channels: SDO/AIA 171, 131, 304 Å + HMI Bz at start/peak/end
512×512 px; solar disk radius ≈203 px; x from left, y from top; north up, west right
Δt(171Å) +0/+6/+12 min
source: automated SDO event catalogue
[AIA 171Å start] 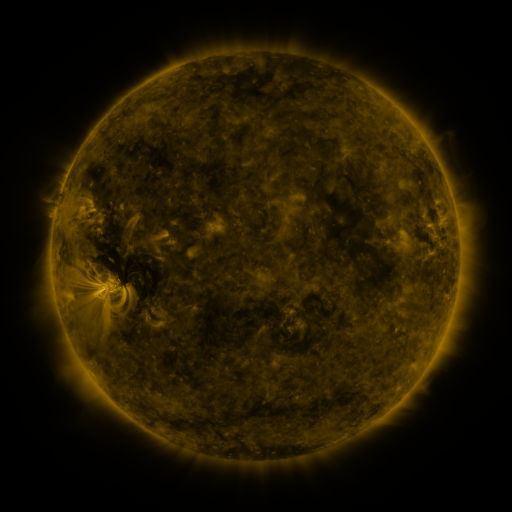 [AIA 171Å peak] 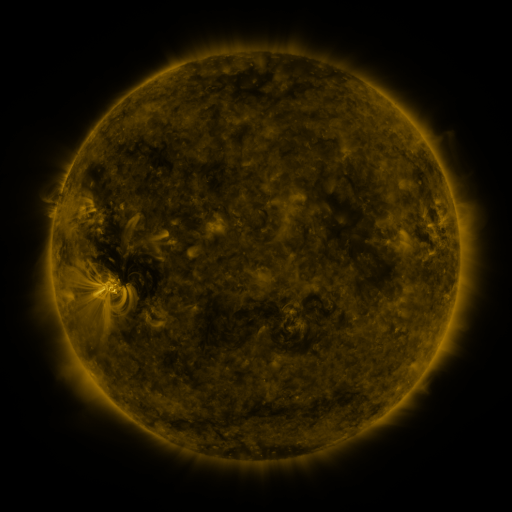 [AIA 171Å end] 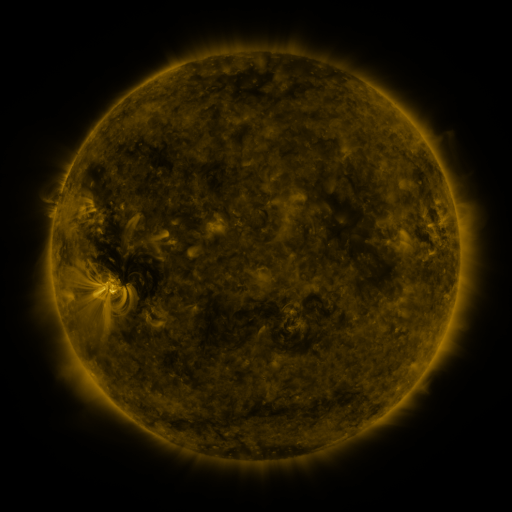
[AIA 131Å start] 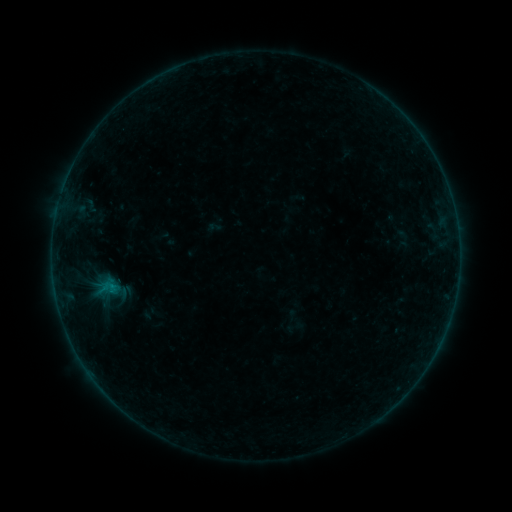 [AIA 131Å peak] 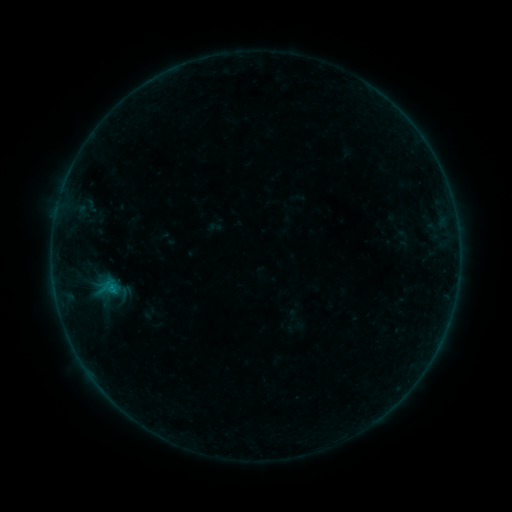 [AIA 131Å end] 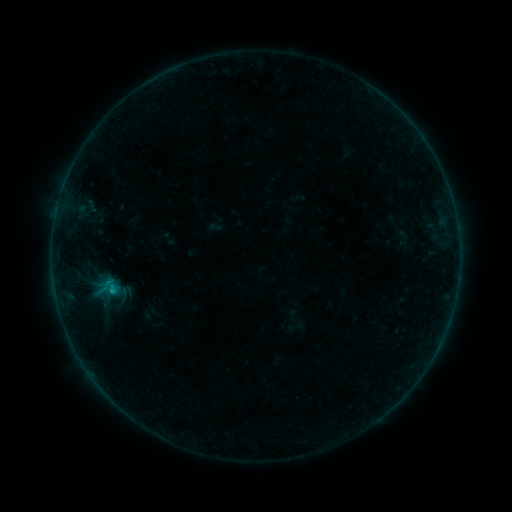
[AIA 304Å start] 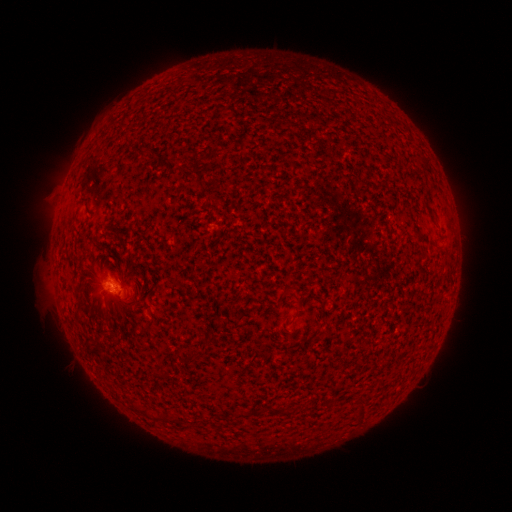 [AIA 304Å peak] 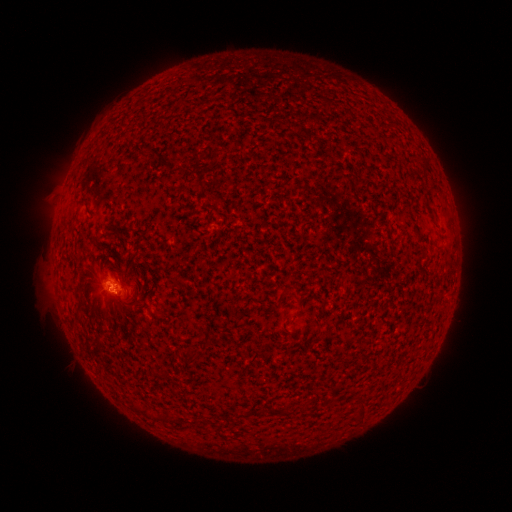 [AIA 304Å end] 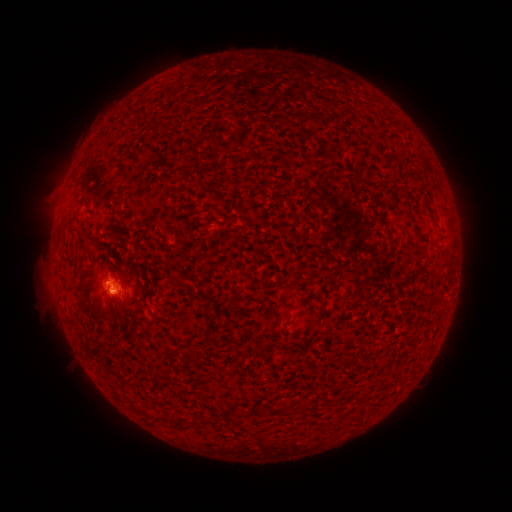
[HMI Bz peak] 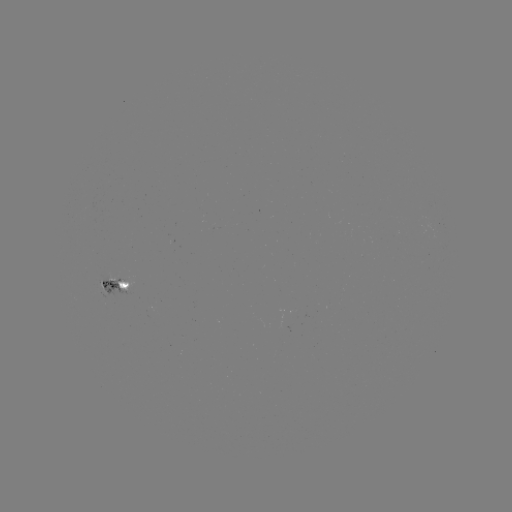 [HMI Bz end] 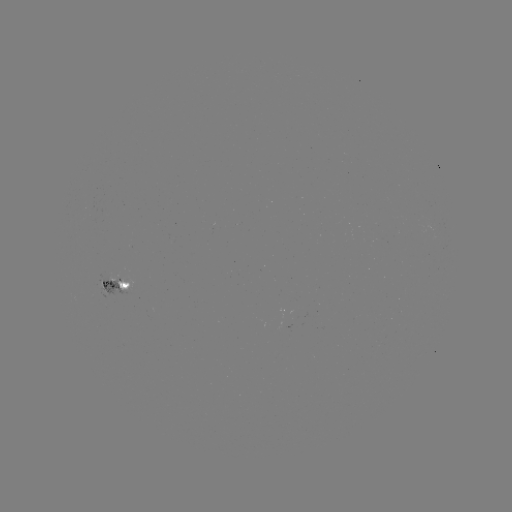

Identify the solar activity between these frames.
B5.1 flare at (115, 290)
